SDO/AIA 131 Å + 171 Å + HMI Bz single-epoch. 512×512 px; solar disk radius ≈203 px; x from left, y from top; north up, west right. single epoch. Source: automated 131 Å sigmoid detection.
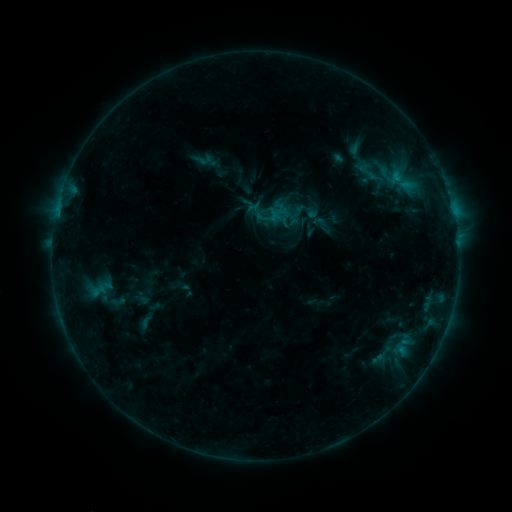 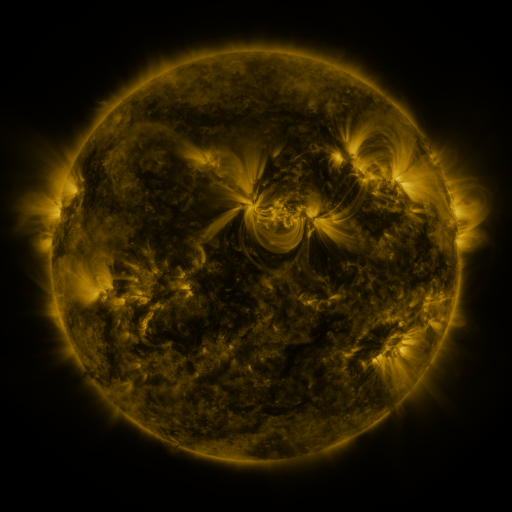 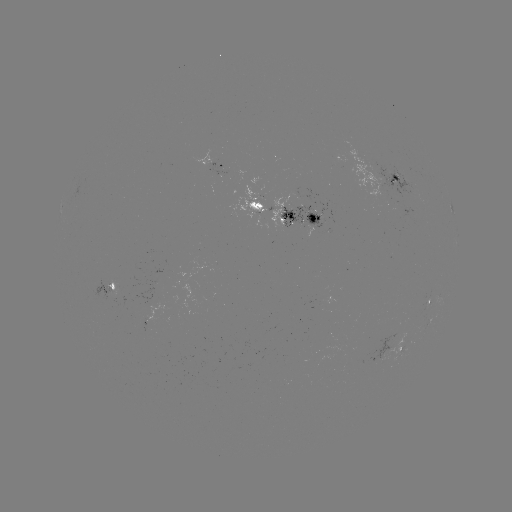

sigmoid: <bbox>383, 172, 412, 195</bbox>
